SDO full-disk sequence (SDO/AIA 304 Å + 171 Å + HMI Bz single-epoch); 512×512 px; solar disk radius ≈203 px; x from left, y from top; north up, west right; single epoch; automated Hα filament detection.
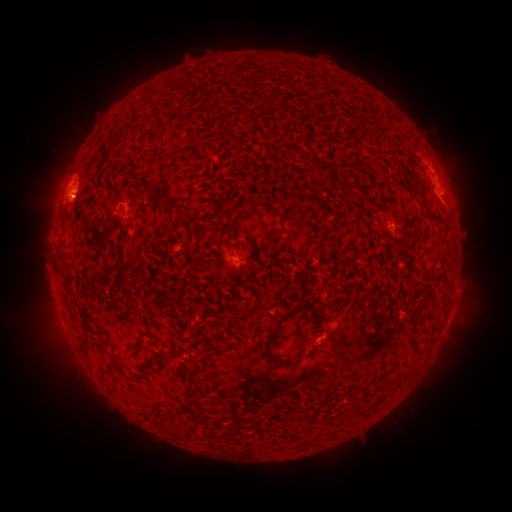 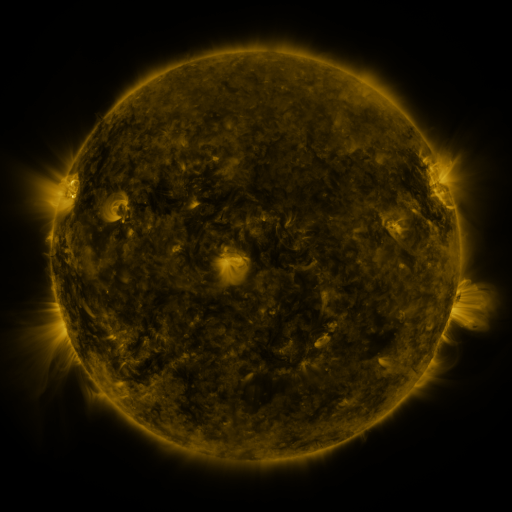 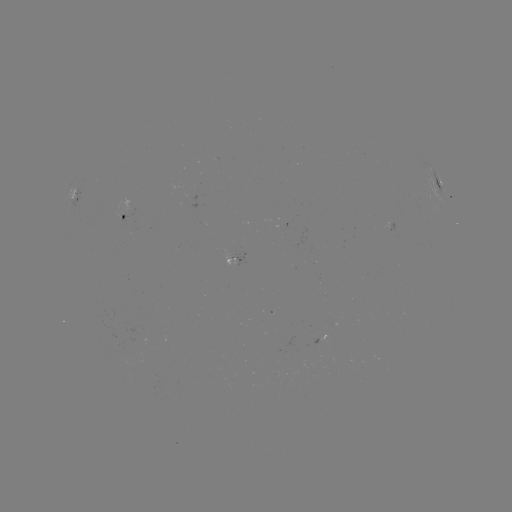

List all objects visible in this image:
filament: [346, 155, 355, 165]
filament: [95, 178, 118, 196]
filament: [132, 183, 154, 198]
filament: [407, 184, 423, 199]
filament: [262, 203, 282, 219]
filament: [218, 208, 227, 223]
filament: [57, 263, 69, 274]
filament: [262, 306, 299, 361]
filament: [144, 318, 155, 331]
filament: [116, 348, 137, 362]
filament: [149, 354, 158, 365]
filament: [278, 355, 296, 367]
